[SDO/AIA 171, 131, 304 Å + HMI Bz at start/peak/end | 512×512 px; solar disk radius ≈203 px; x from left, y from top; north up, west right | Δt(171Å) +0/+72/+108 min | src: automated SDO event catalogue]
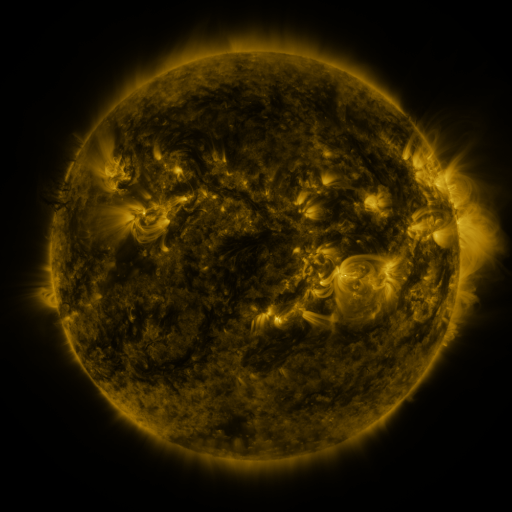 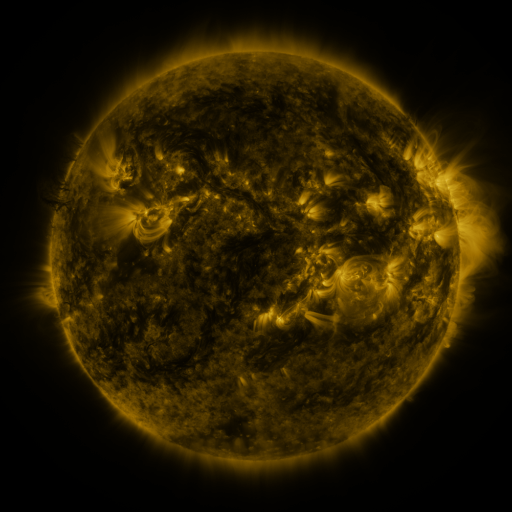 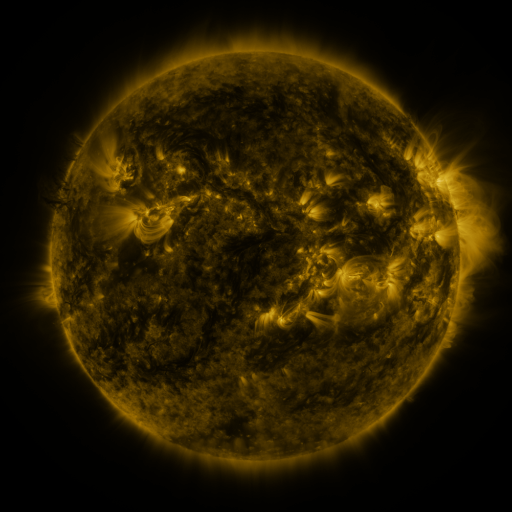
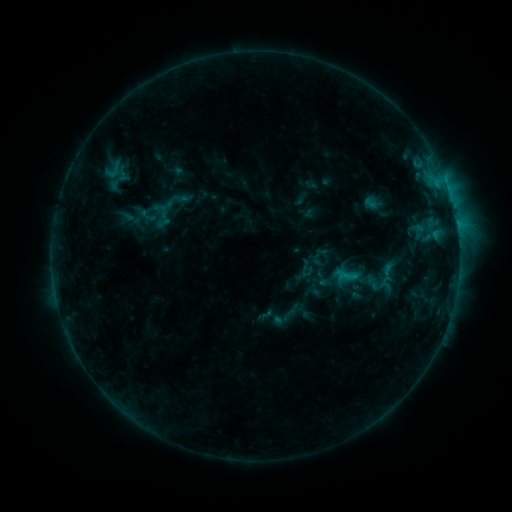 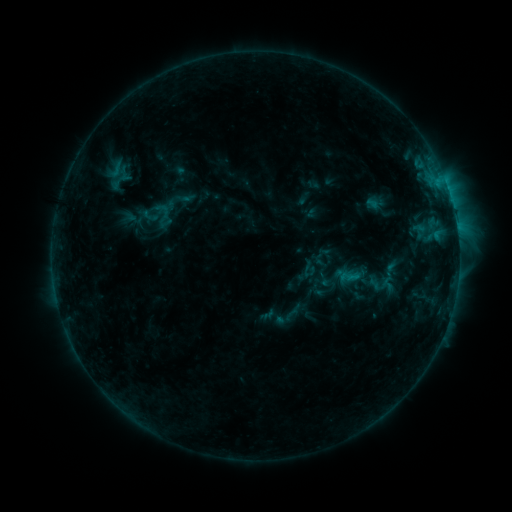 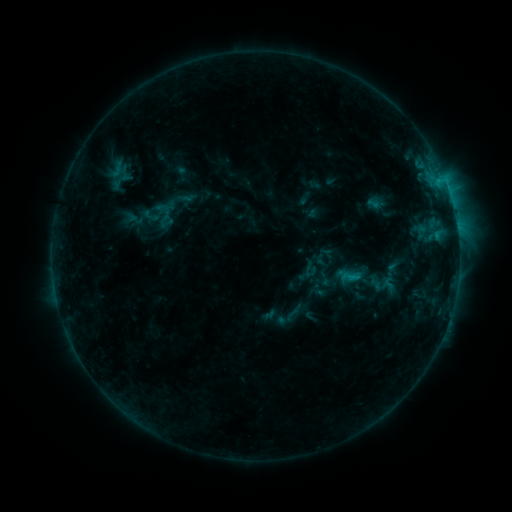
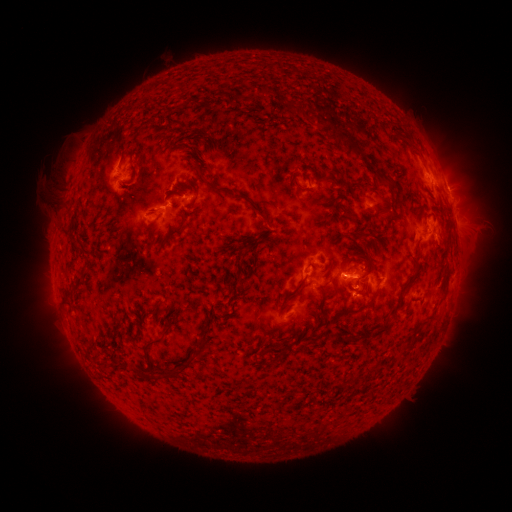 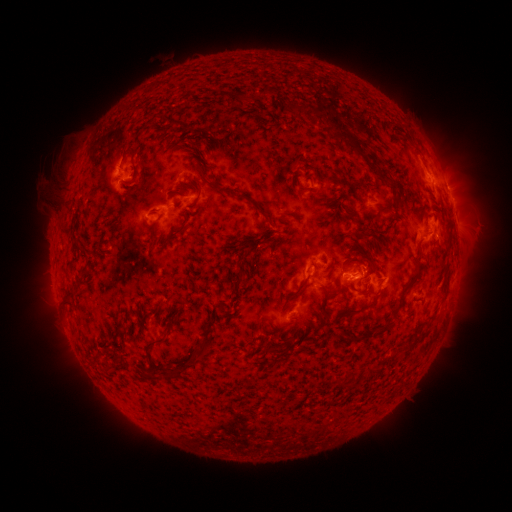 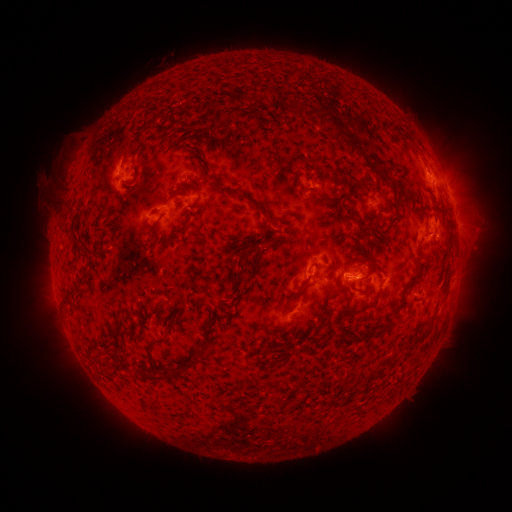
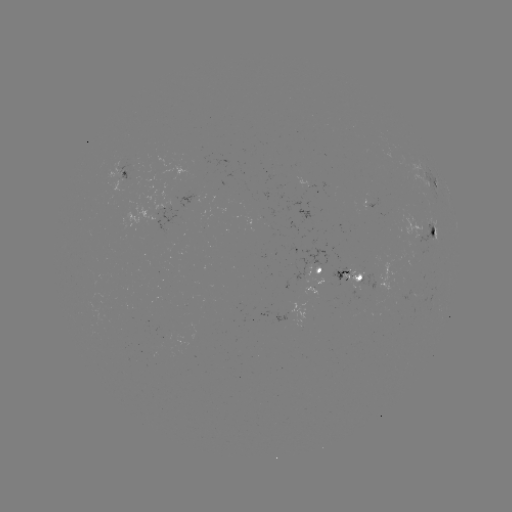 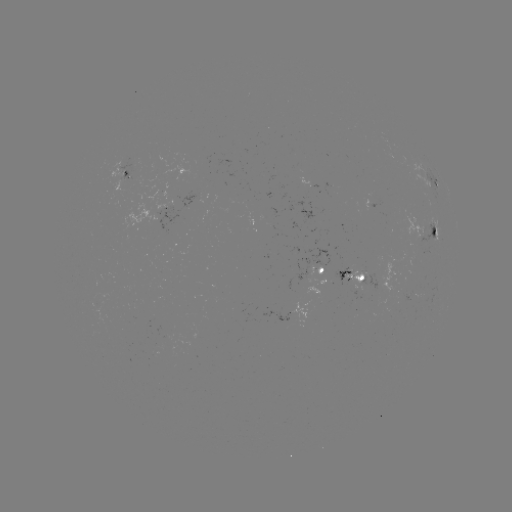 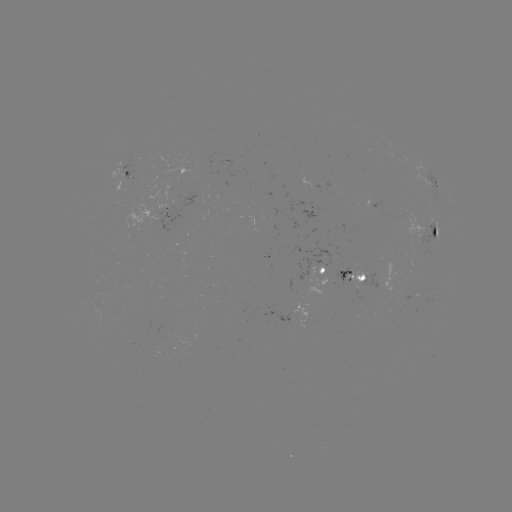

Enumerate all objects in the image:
emerging-flux region: (413, 294)
